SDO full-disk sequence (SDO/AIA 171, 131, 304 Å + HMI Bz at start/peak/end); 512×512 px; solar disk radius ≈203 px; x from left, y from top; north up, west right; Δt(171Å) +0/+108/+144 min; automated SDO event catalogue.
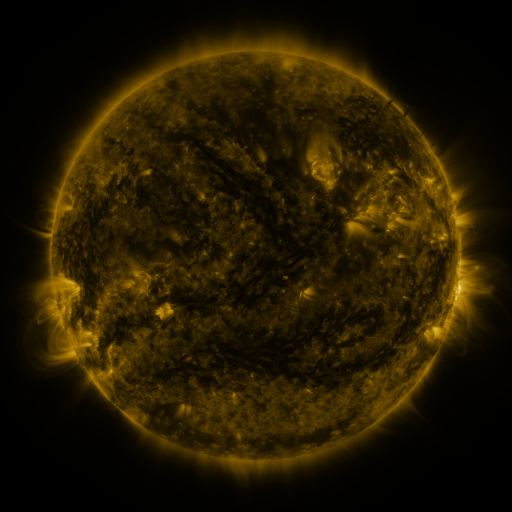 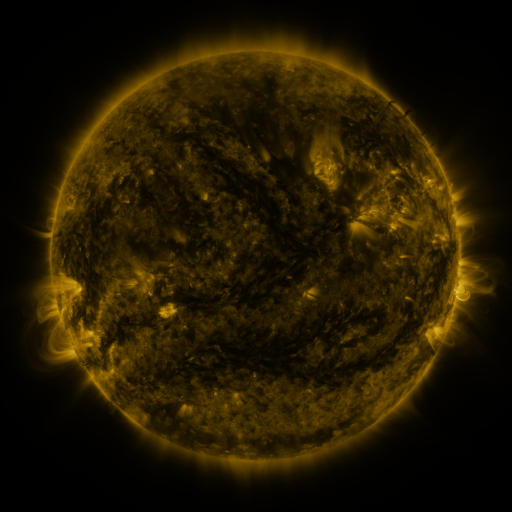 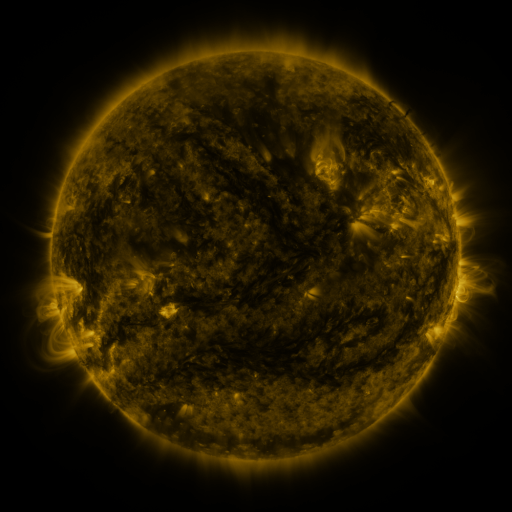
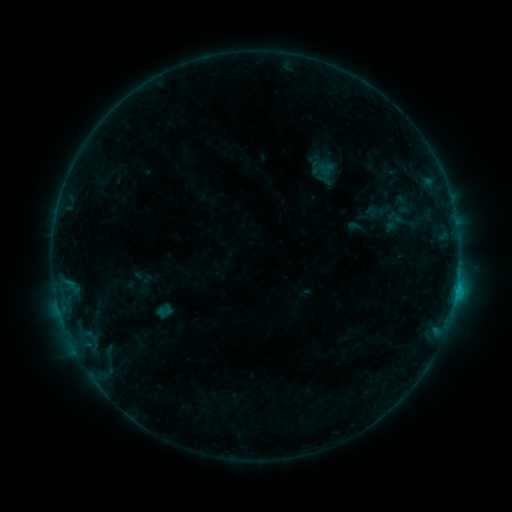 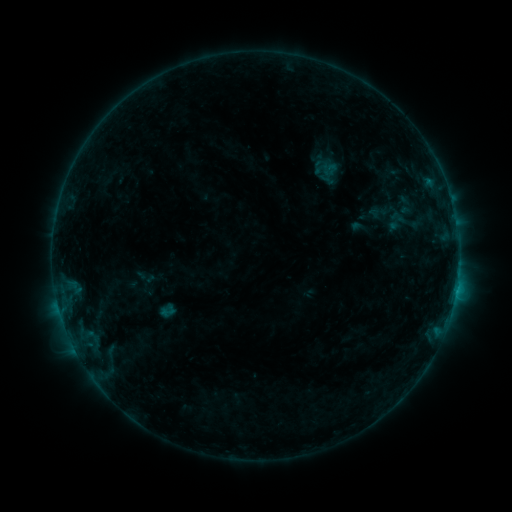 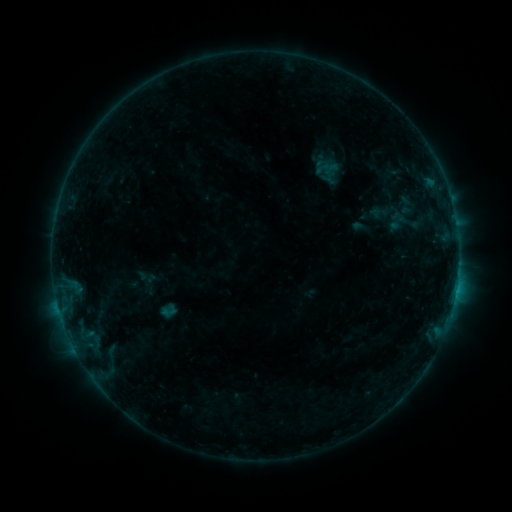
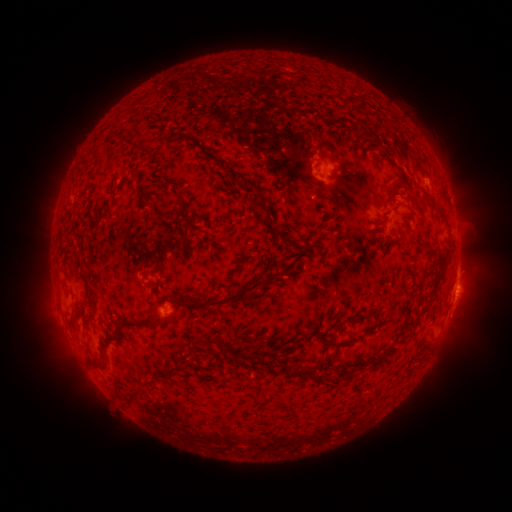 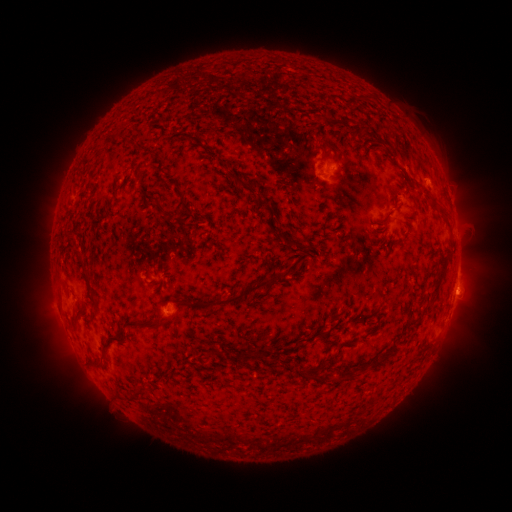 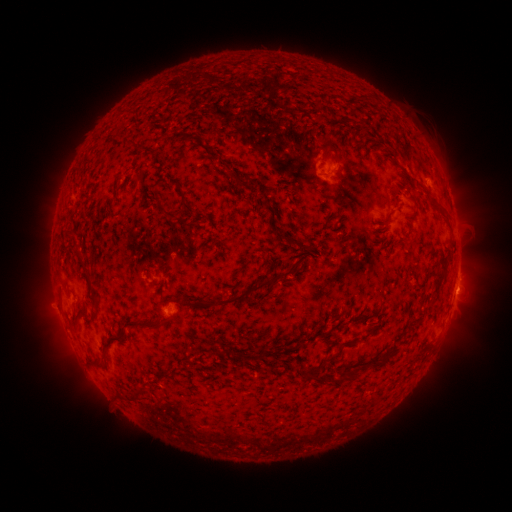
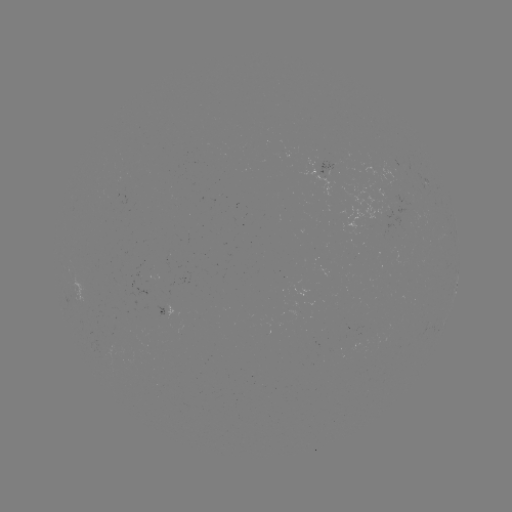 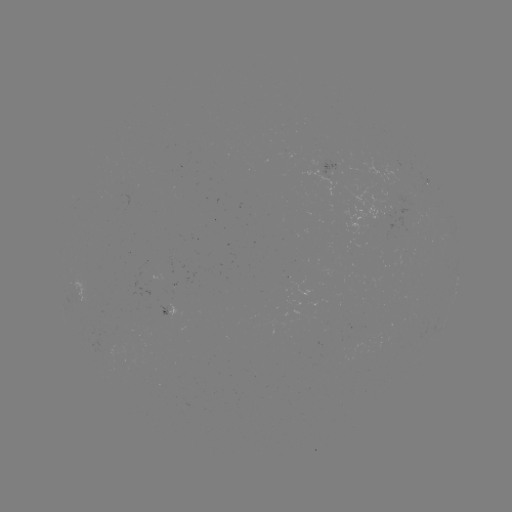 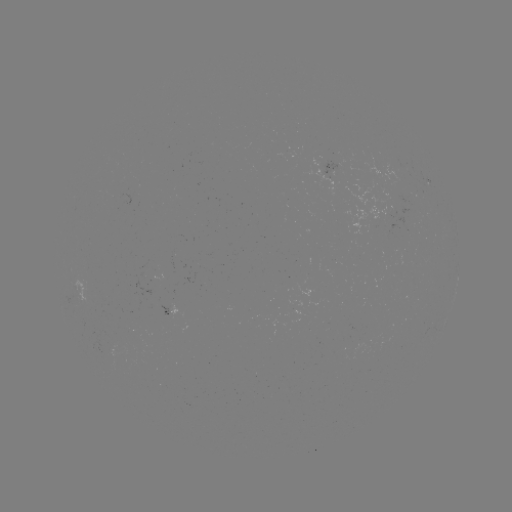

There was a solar emerging-flux region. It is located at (168, 314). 